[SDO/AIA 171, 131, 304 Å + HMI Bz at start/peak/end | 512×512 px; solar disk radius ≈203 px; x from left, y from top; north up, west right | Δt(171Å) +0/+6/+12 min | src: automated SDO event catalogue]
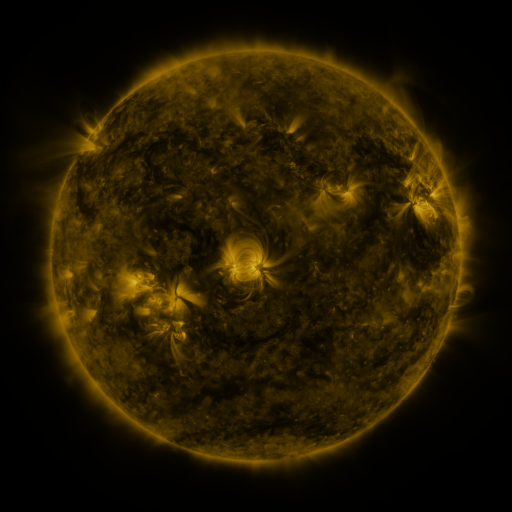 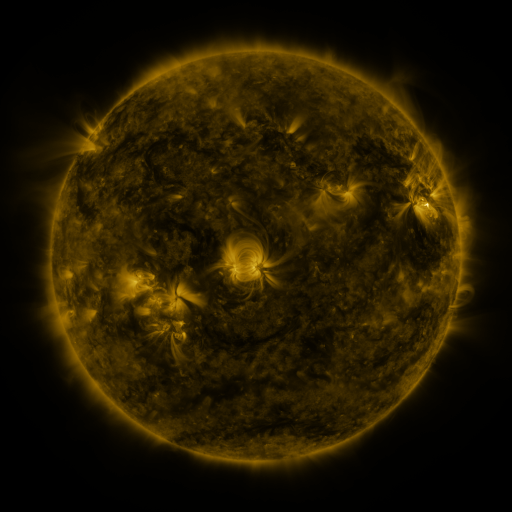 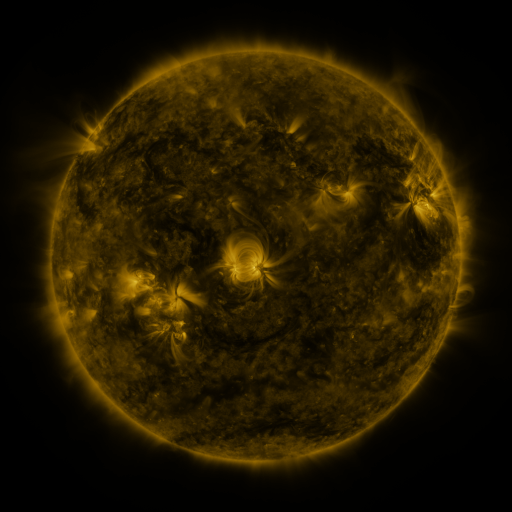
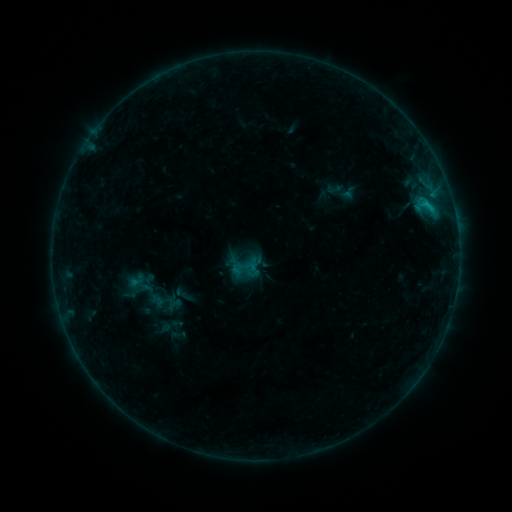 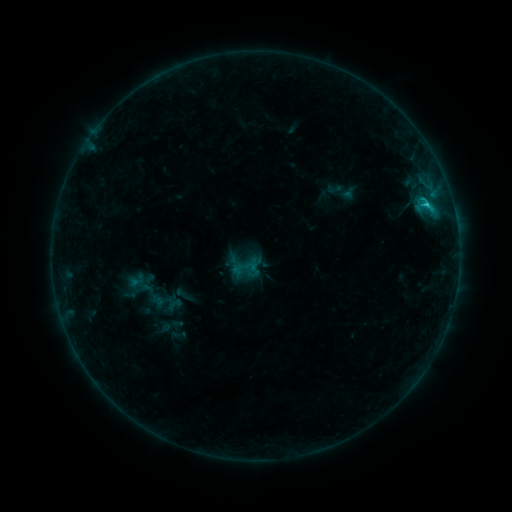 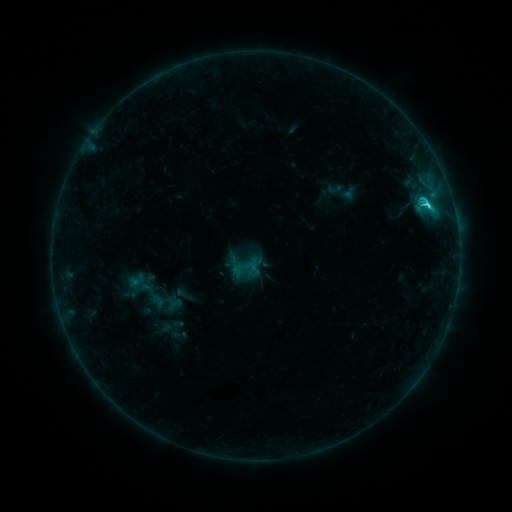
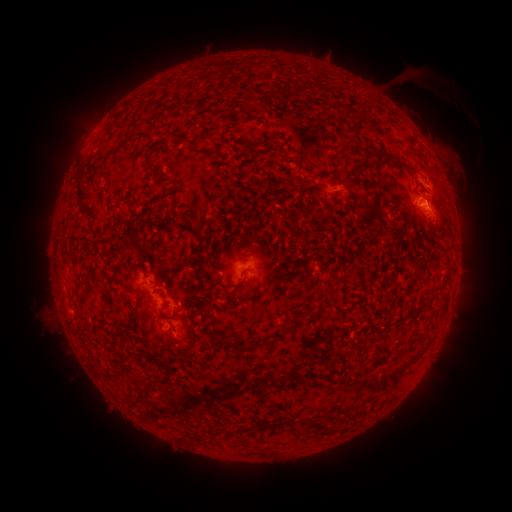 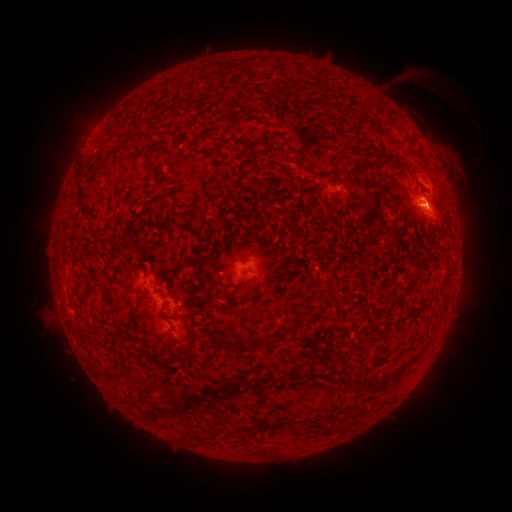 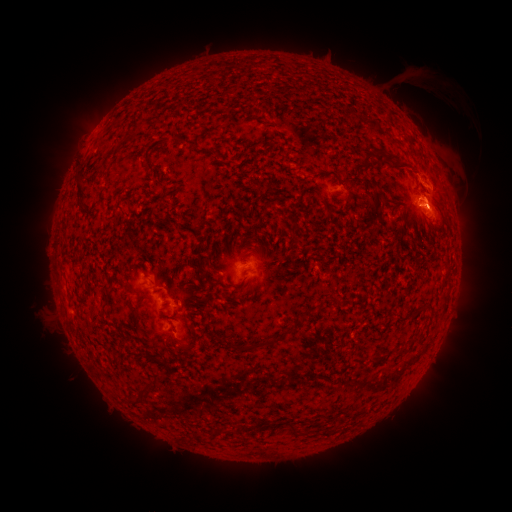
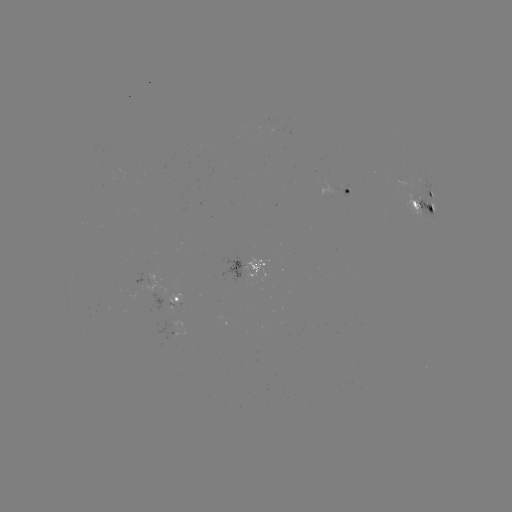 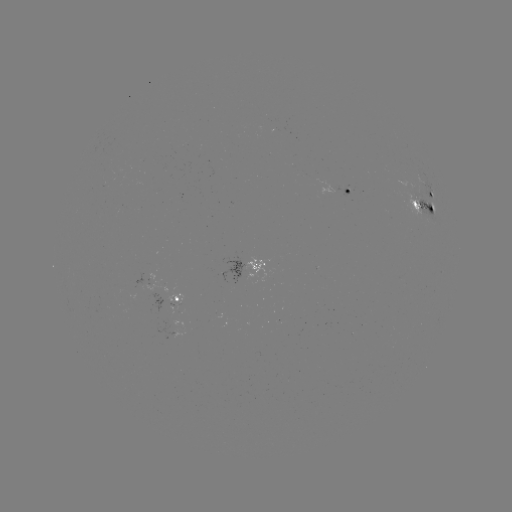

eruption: <bbox>428, 179, 469, 229</bbox>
